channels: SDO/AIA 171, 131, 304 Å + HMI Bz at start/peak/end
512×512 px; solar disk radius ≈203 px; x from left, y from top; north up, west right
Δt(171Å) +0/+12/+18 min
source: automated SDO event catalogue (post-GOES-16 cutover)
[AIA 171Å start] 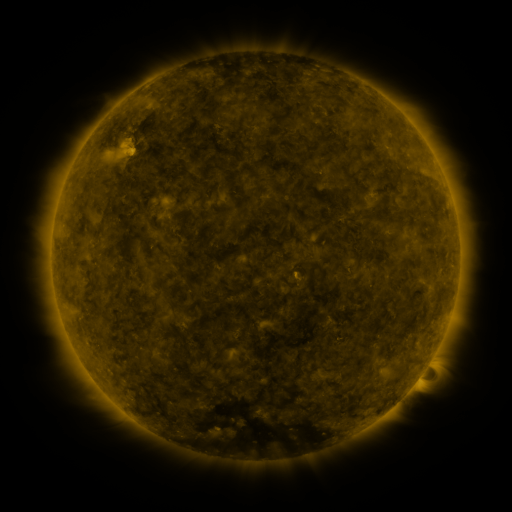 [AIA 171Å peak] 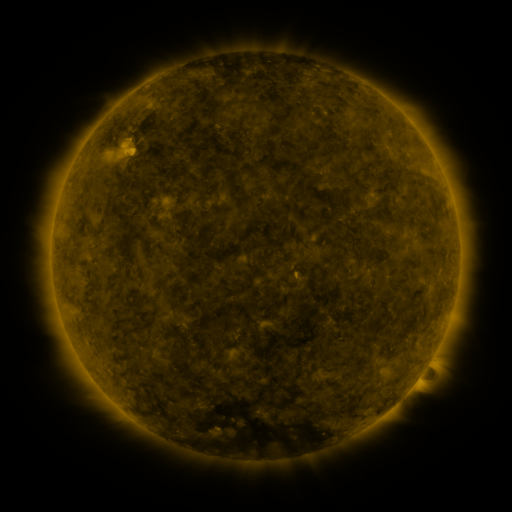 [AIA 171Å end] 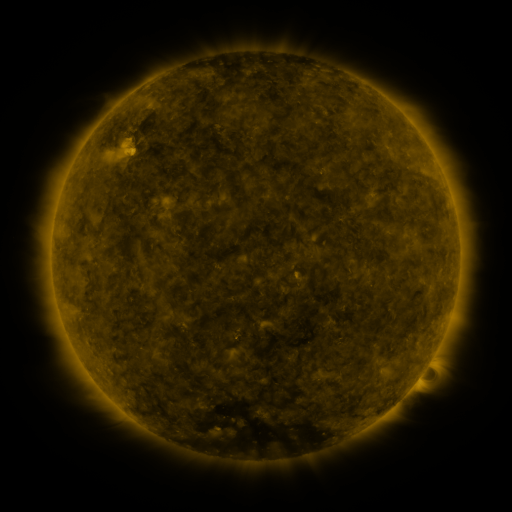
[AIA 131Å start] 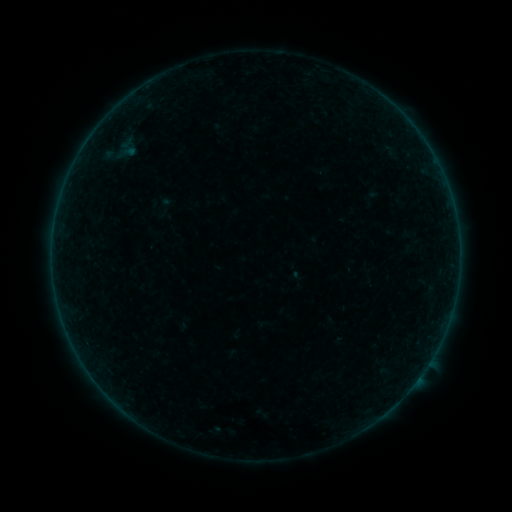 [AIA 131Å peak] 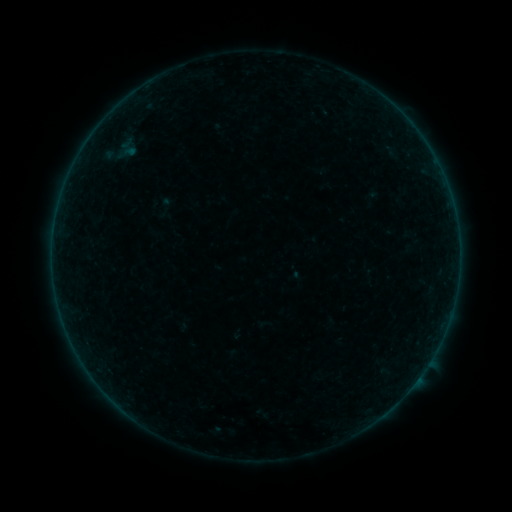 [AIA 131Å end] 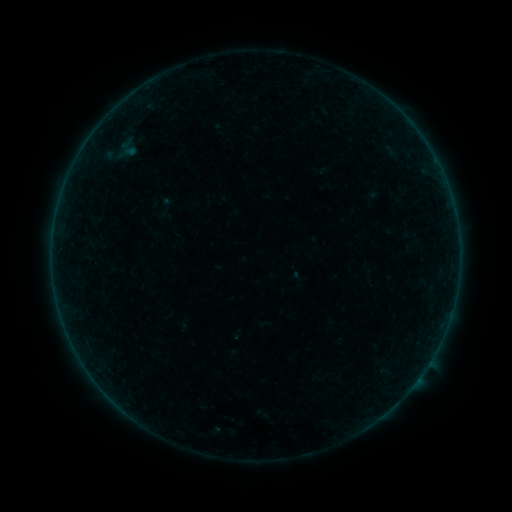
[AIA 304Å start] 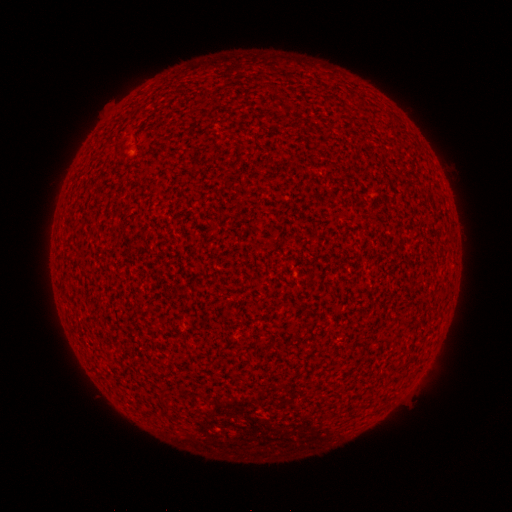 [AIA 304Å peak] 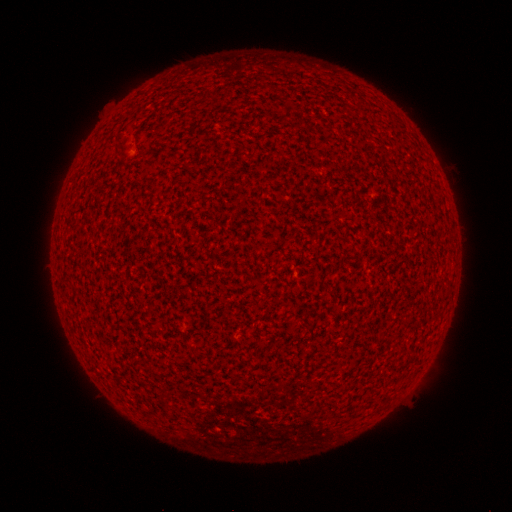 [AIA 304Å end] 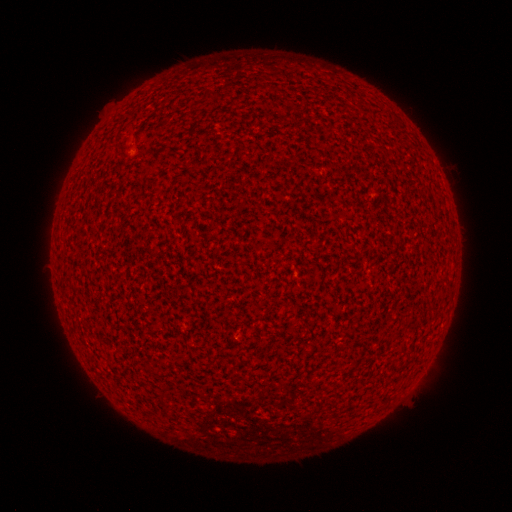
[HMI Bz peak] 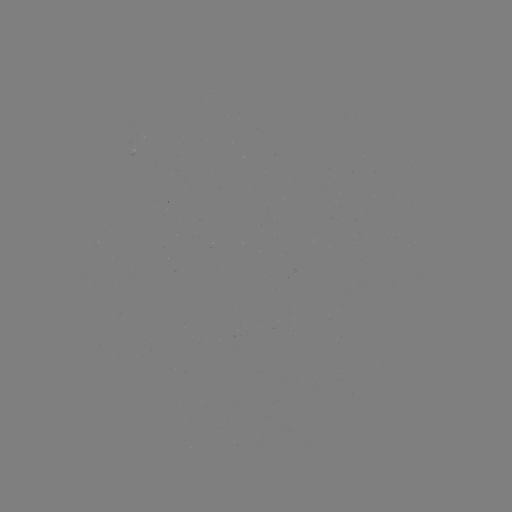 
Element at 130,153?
A1.1 flare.